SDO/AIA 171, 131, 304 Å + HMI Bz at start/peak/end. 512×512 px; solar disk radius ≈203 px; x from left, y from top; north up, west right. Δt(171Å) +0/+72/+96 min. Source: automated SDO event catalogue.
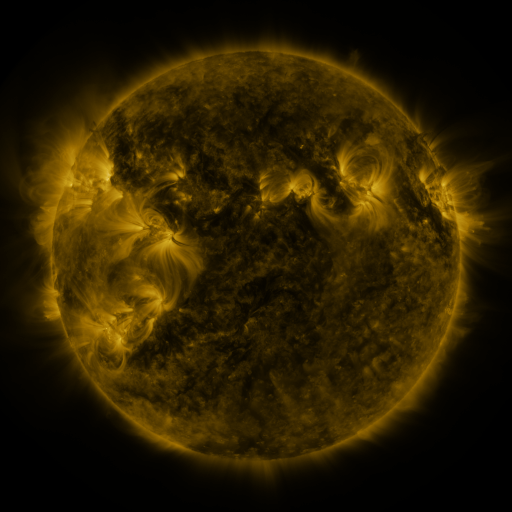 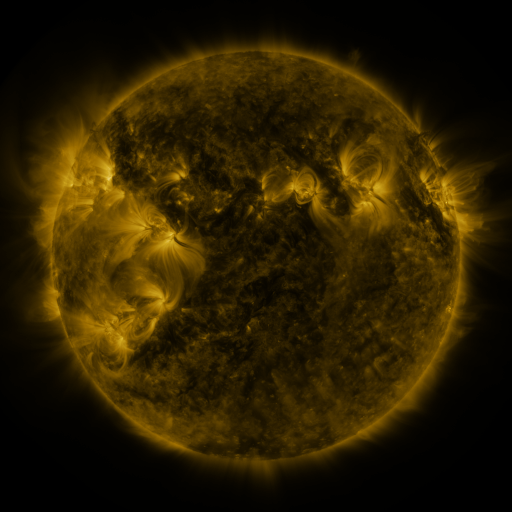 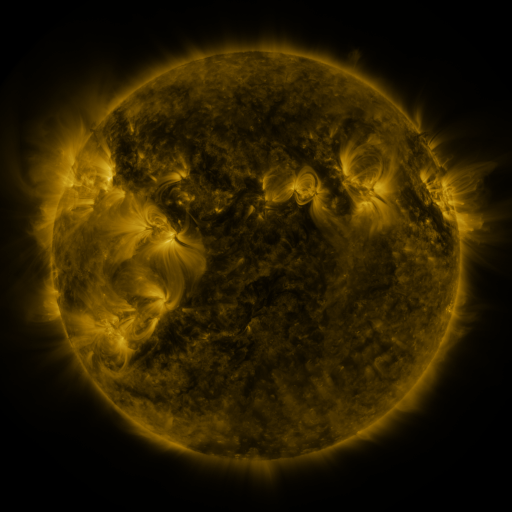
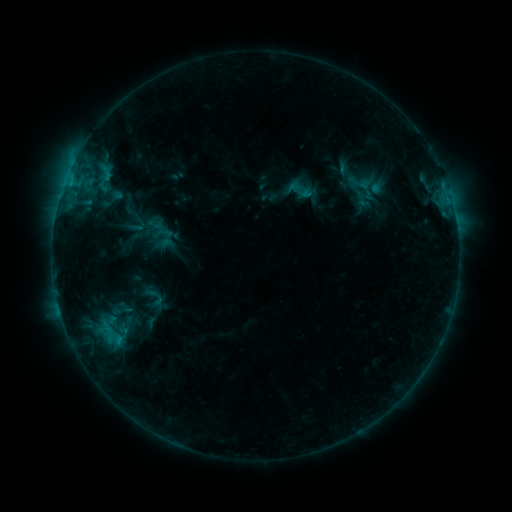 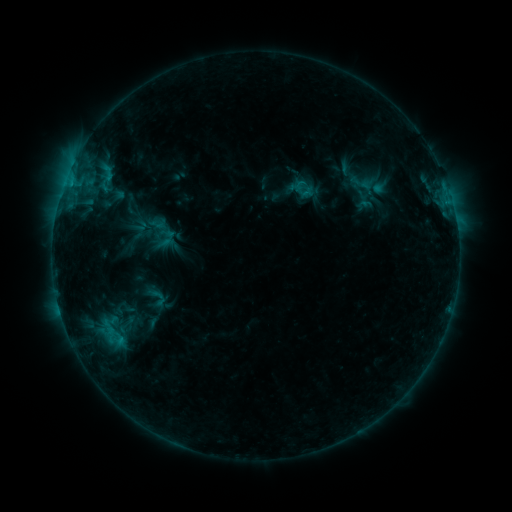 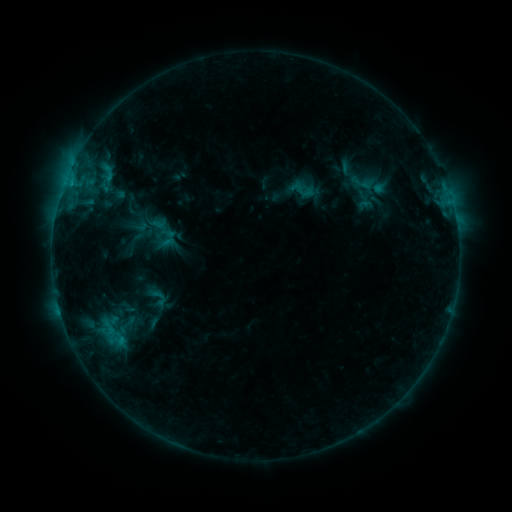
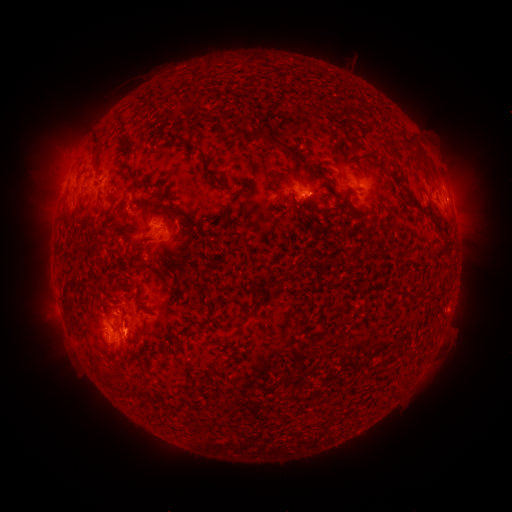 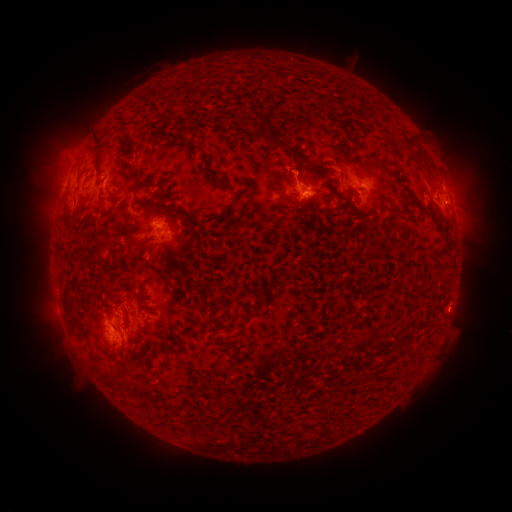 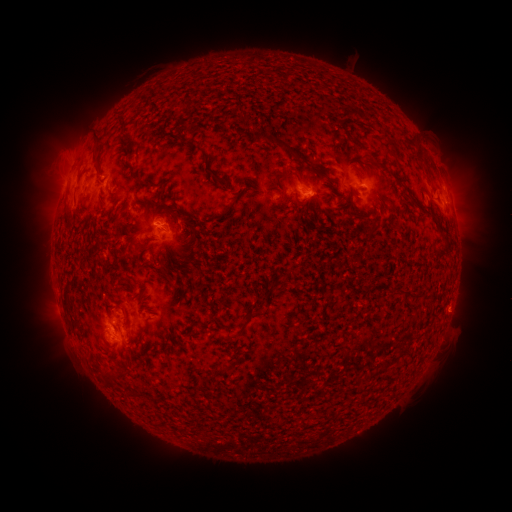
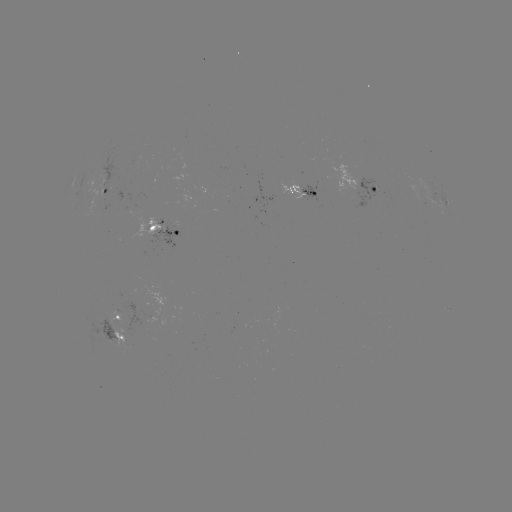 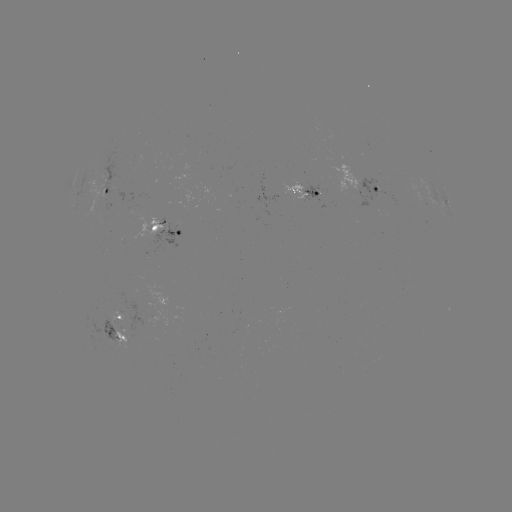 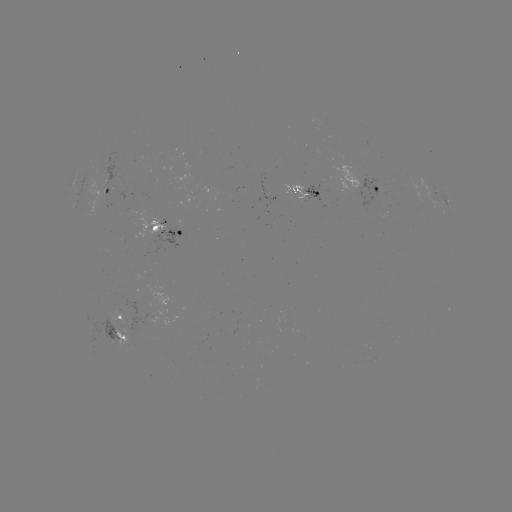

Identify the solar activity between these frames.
emerging-flux region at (419, 198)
